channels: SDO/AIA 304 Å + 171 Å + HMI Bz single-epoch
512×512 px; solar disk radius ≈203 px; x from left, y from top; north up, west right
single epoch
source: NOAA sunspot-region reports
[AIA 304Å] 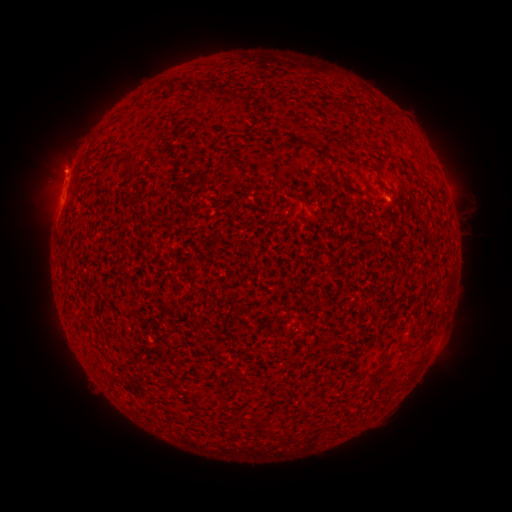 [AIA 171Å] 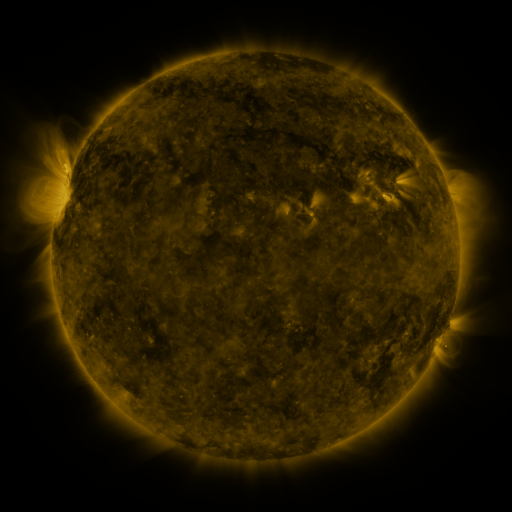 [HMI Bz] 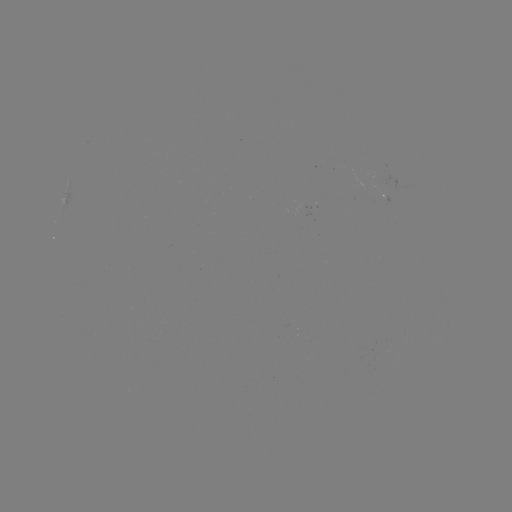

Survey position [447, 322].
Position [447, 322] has spotted active region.